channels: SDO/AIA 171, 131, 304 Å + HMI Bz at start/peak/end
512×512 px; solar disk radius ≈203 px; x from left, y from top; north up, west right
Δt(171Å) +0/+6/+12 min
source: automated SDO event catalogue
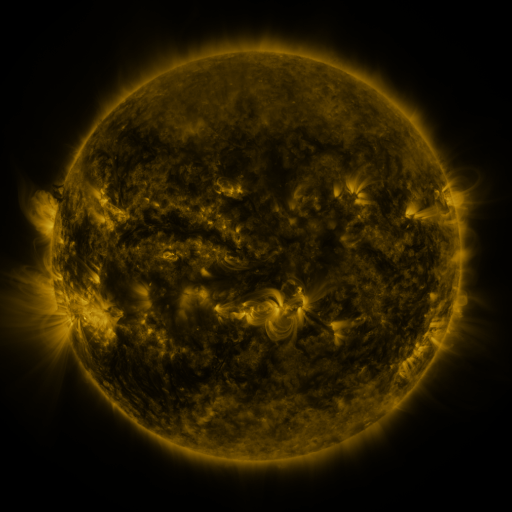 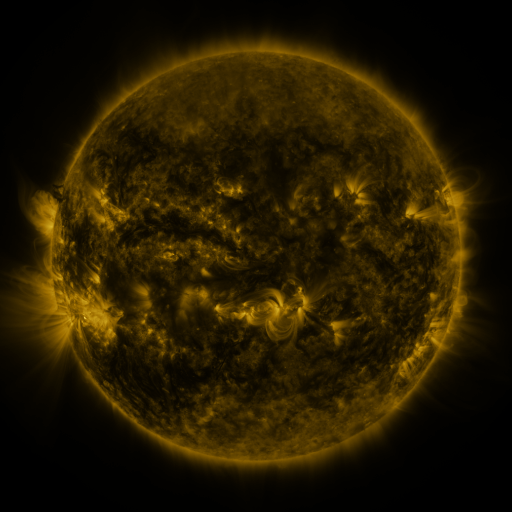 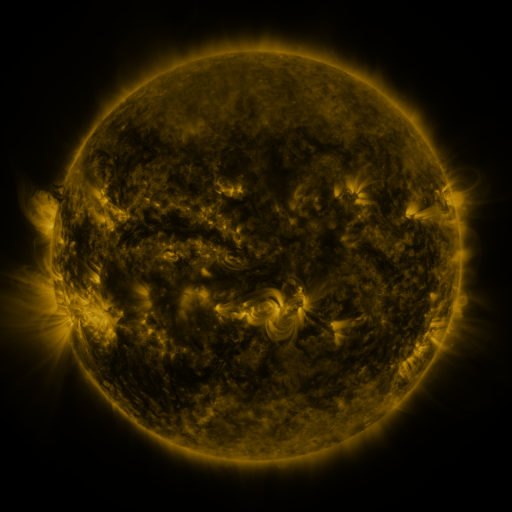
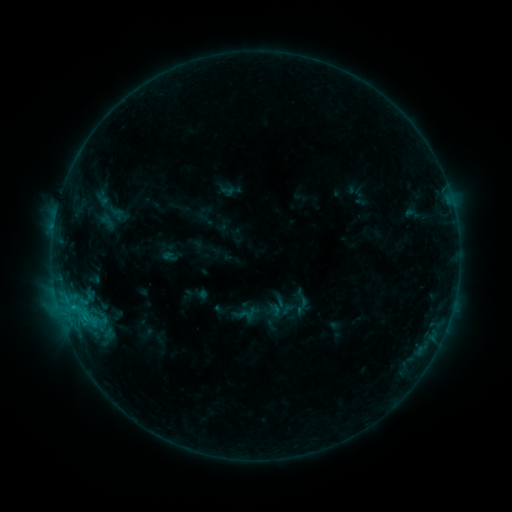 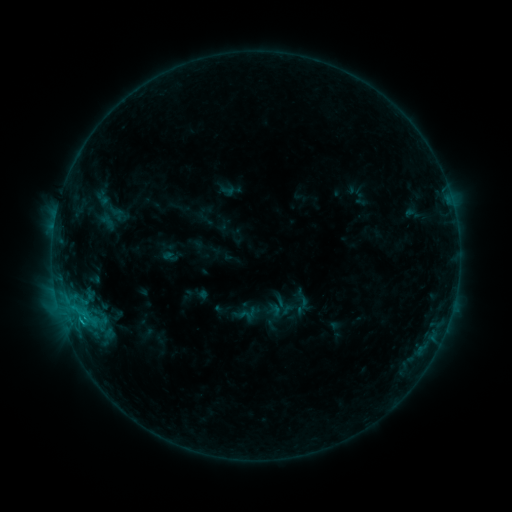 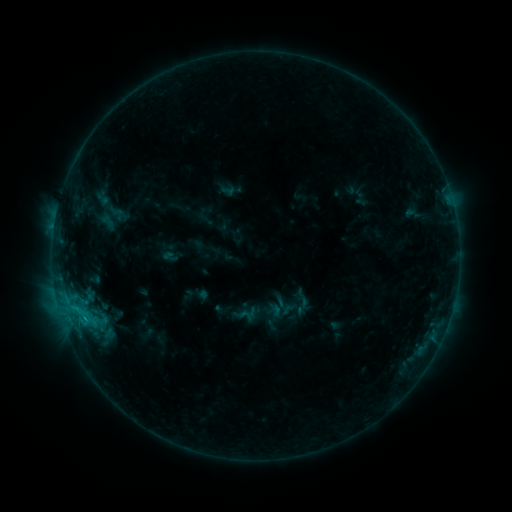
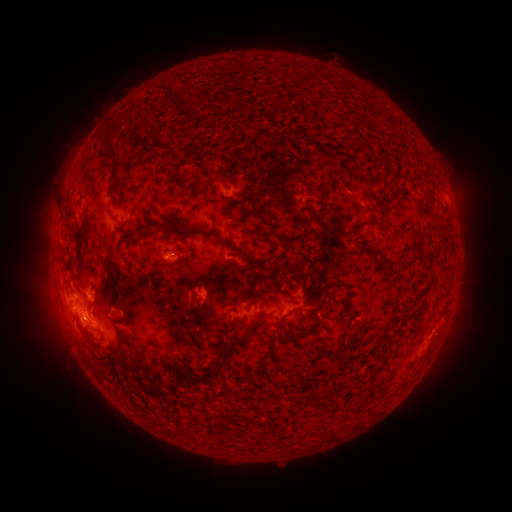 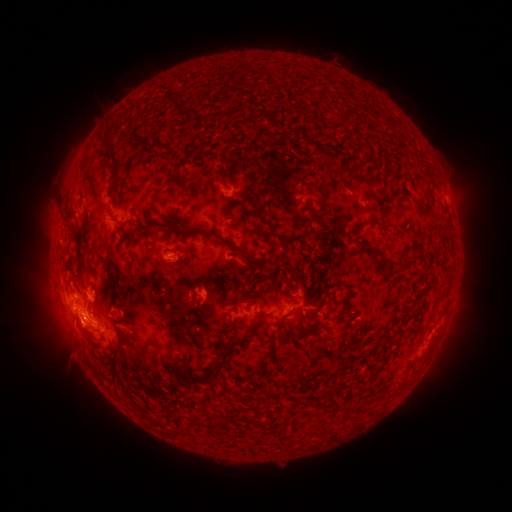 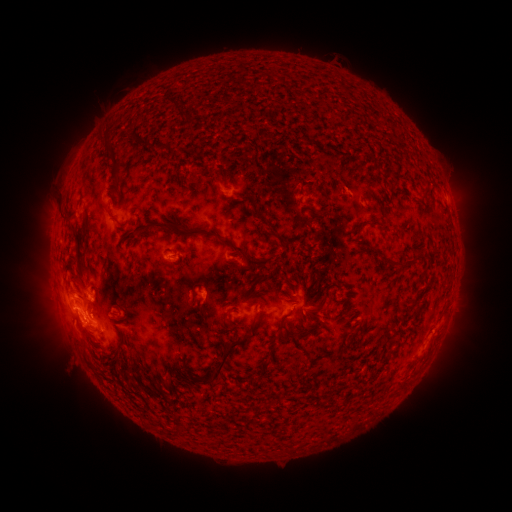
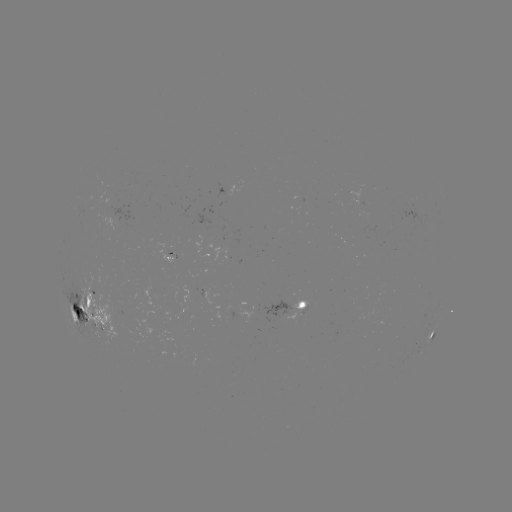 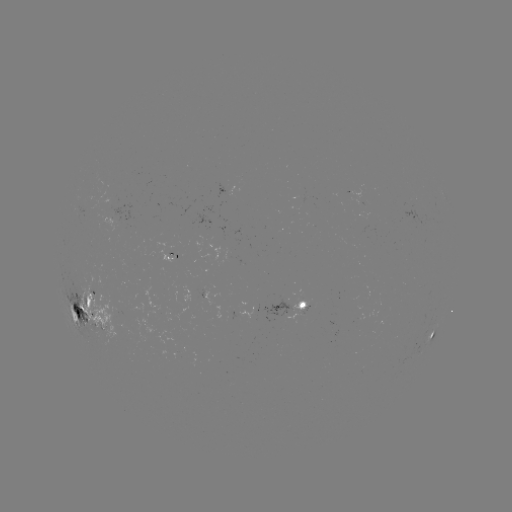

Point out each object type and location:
eruption: (75, 336)
